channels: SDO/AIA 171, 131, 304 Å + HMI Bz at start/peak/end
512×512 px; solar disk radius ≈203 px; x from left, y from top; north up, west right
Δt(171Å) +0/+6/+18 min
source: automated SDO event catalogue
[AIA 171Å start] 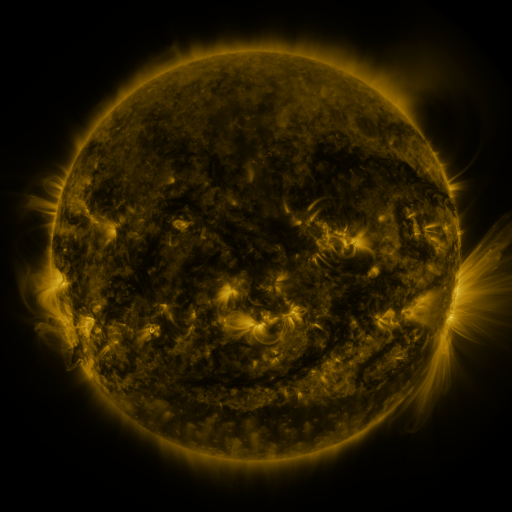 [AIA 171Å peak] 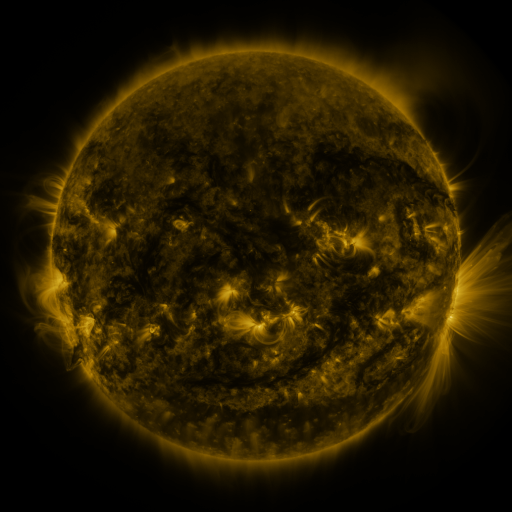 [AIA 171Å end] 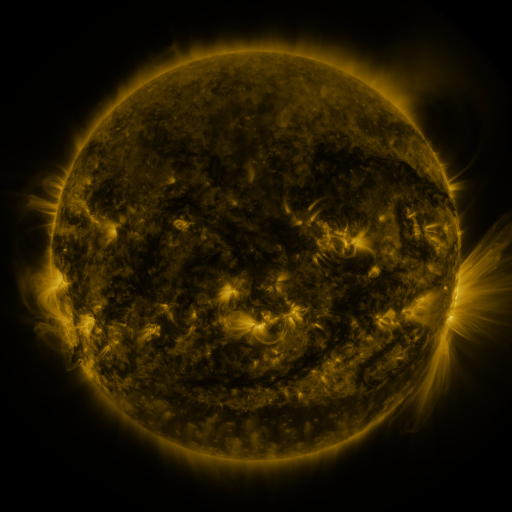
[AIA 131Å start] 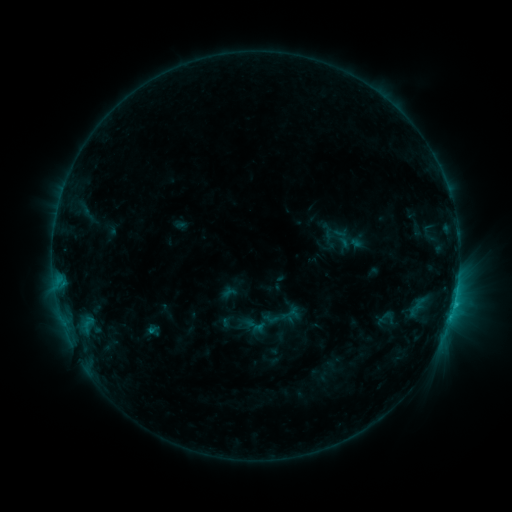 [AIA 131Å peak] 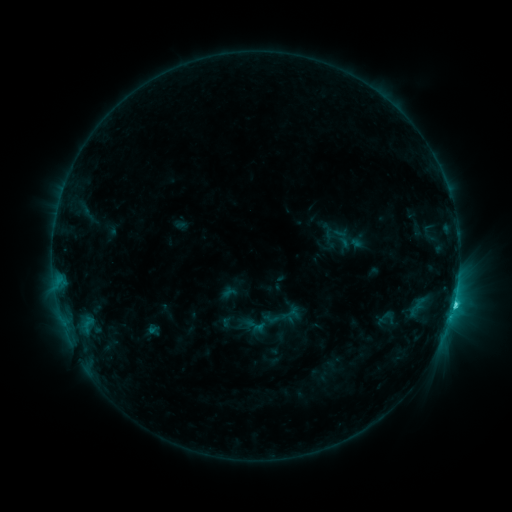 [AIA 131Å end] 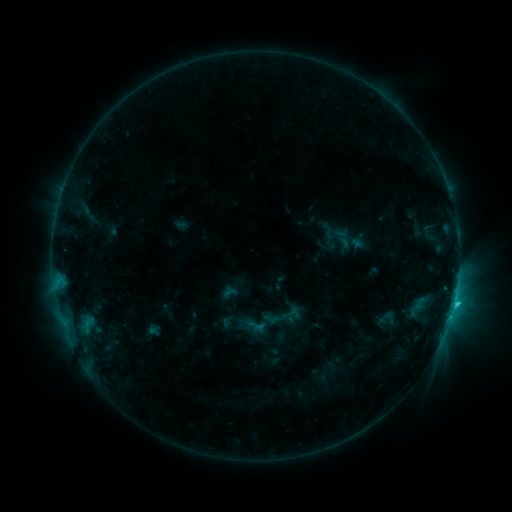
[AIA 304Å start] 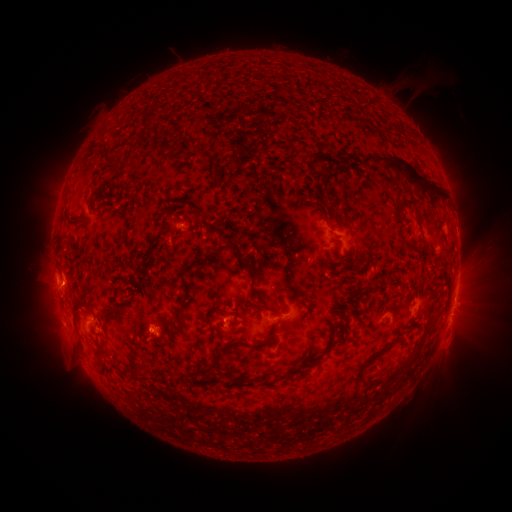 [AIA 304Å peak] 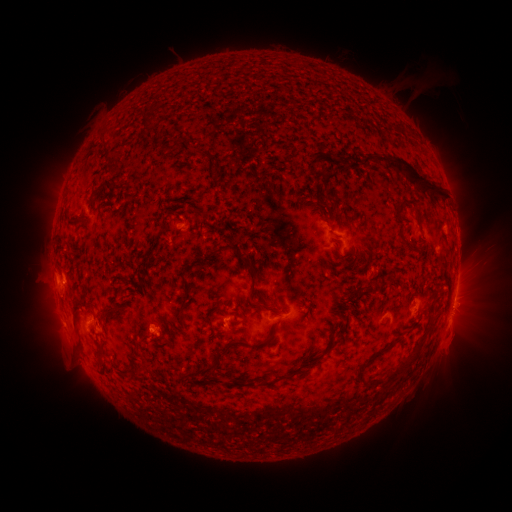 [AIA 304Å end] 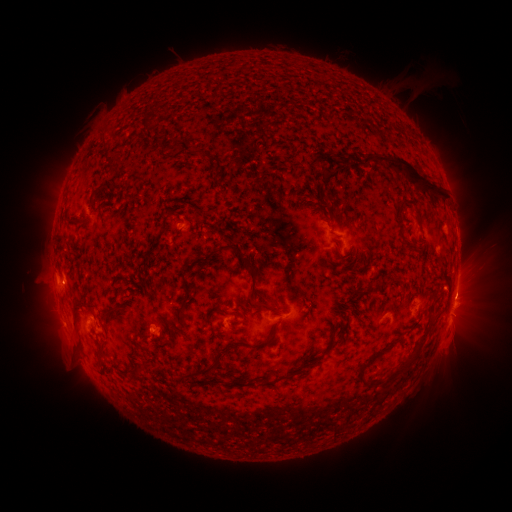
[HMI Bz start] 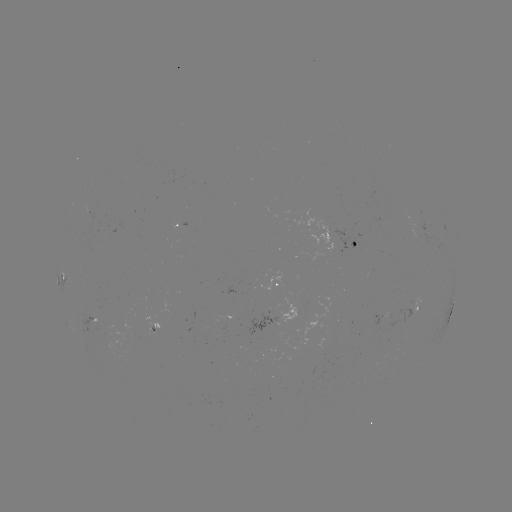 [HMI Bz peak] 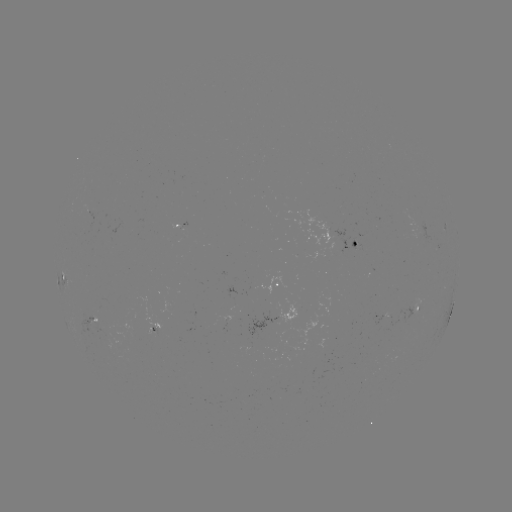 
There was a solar flare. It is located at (453, 302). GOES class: C2.9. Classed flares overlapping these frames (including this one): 1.